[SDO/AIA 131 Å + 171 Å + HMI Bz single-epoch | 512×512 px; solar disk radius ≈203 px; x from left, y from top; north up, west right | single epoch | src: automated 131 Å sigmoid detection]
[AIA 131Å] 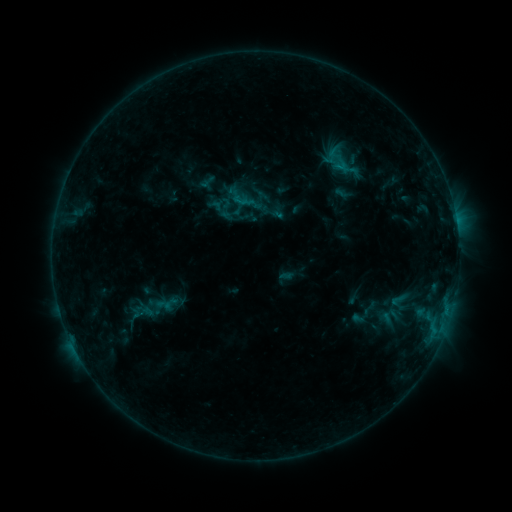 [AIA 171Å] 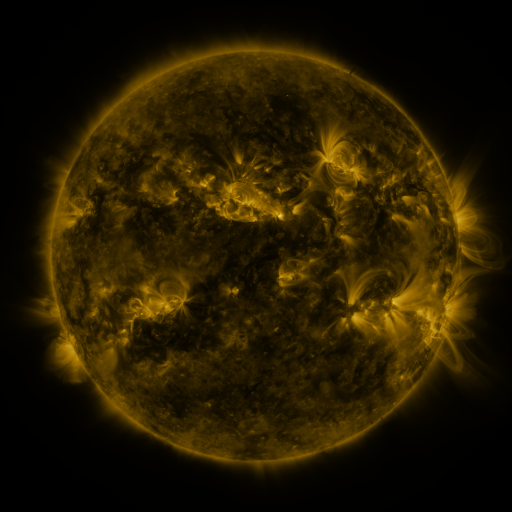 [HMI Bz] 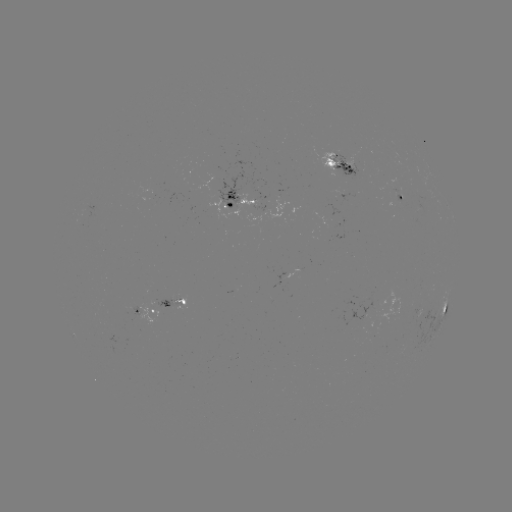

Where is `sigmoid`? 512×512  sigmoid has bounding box [359, 298, 378, 319].